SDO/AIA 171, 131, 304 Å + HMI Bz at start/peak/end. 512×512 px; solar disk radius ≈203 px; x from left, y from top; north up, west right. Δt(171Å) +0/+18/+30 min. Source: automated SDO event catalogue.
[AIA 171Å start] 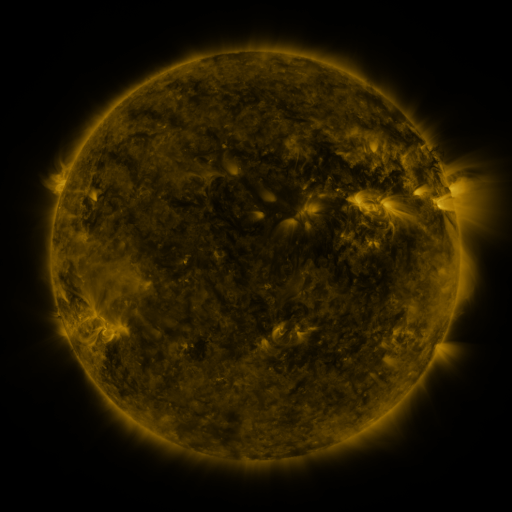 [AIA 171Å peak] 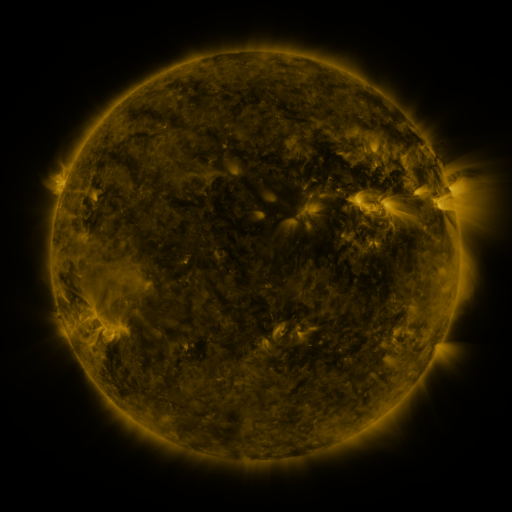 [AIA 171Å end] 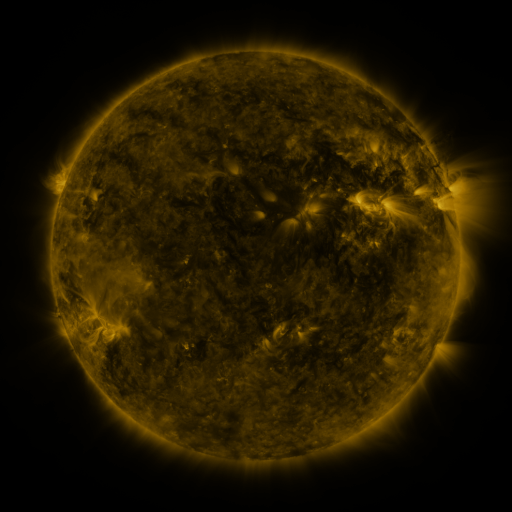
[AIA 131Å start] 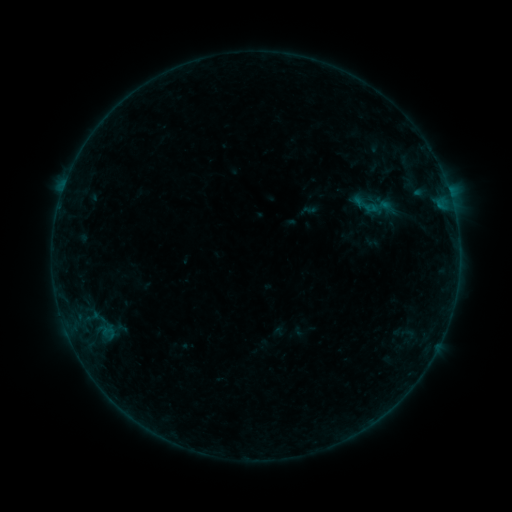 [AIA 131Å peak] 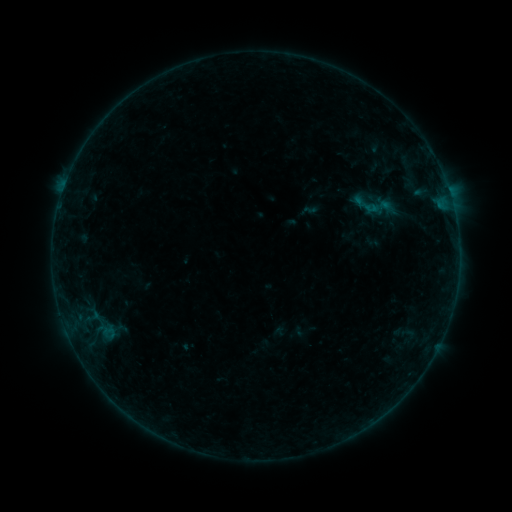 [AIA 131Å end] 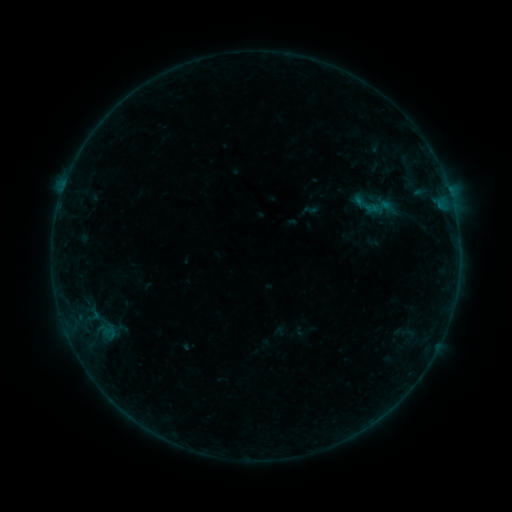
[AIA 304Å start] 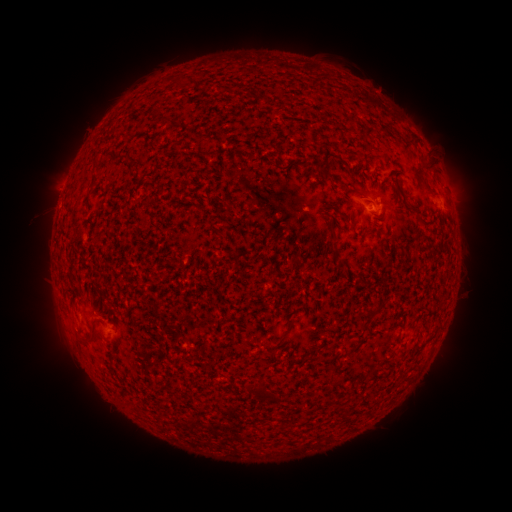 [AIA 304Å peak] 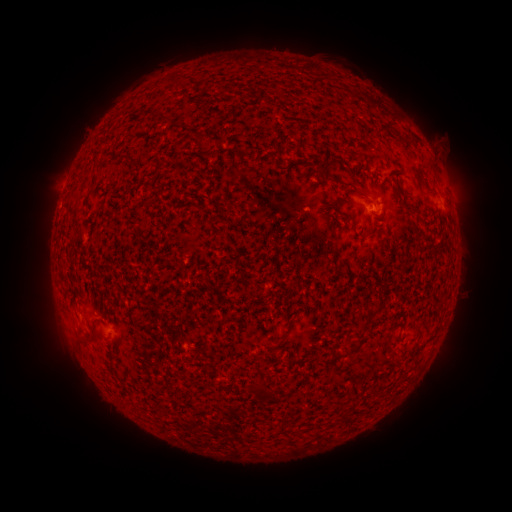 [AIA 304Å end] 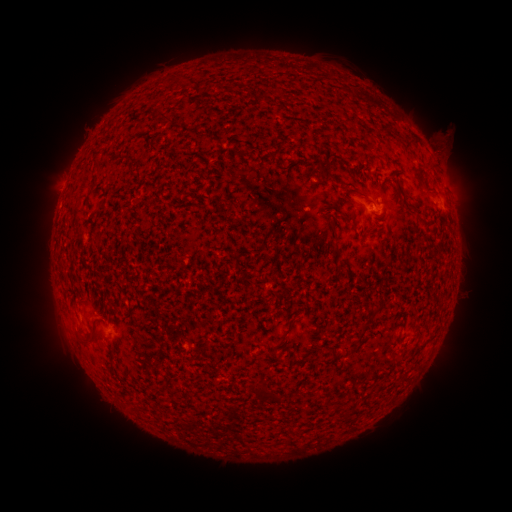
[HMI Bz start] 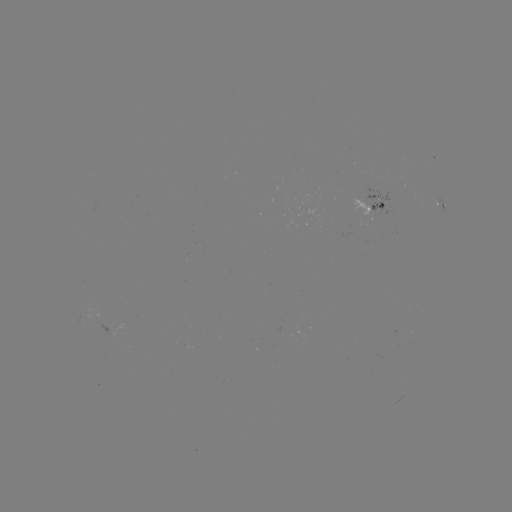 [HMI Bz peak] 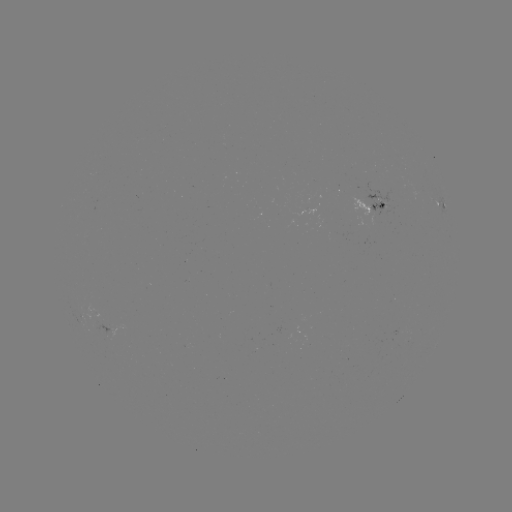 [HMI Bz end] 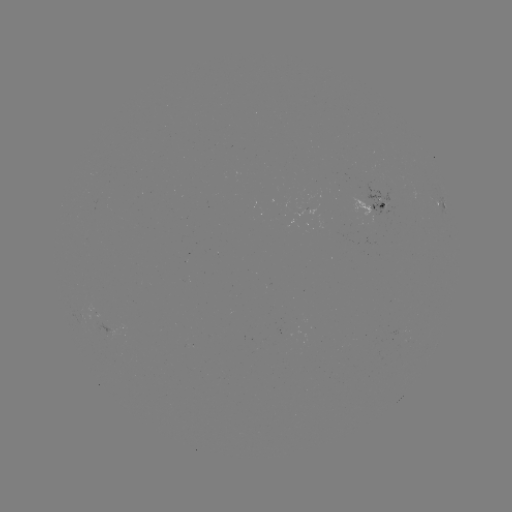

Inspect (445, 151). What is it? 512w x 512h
eruption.